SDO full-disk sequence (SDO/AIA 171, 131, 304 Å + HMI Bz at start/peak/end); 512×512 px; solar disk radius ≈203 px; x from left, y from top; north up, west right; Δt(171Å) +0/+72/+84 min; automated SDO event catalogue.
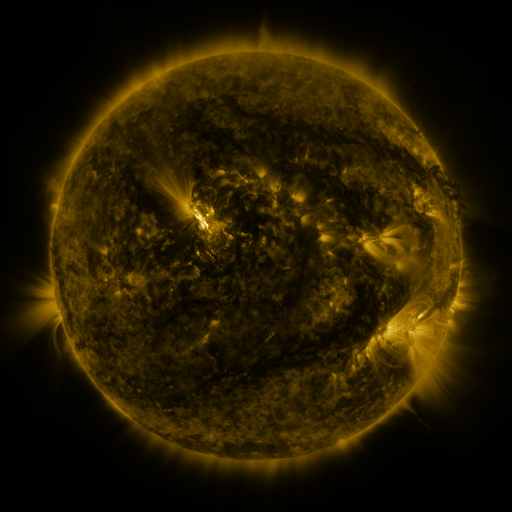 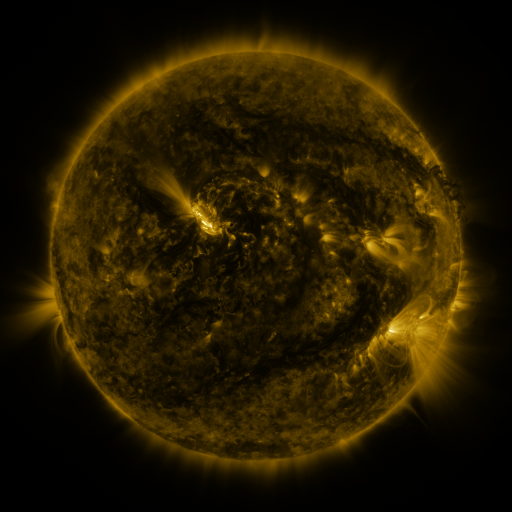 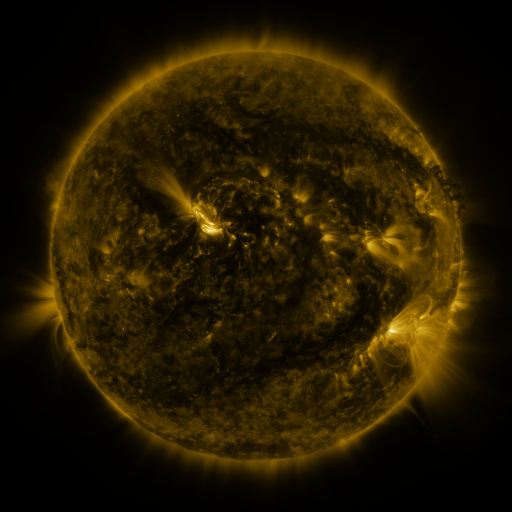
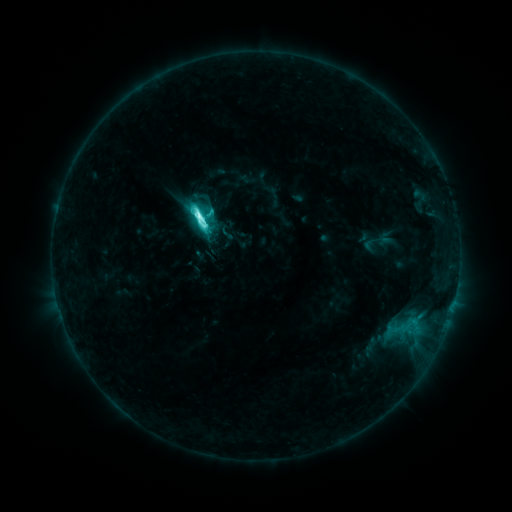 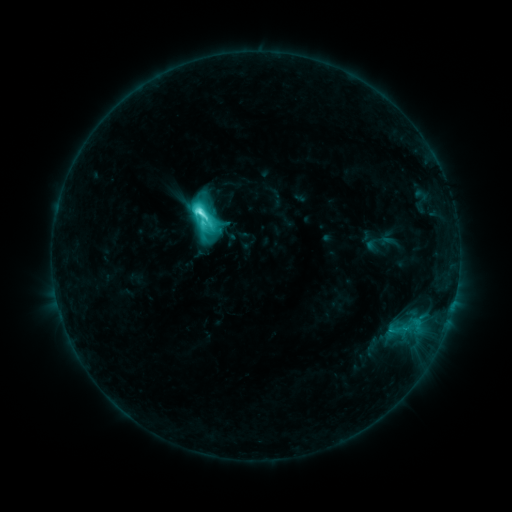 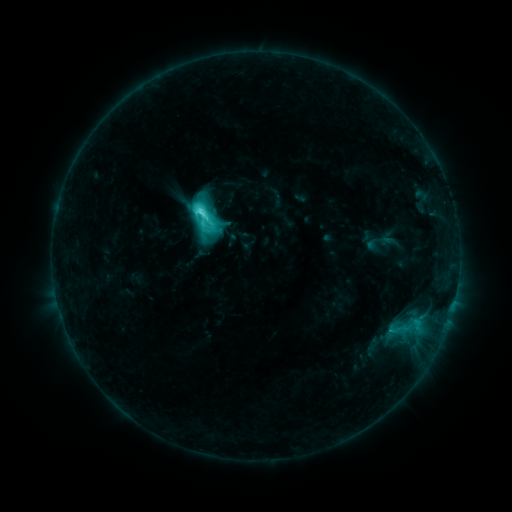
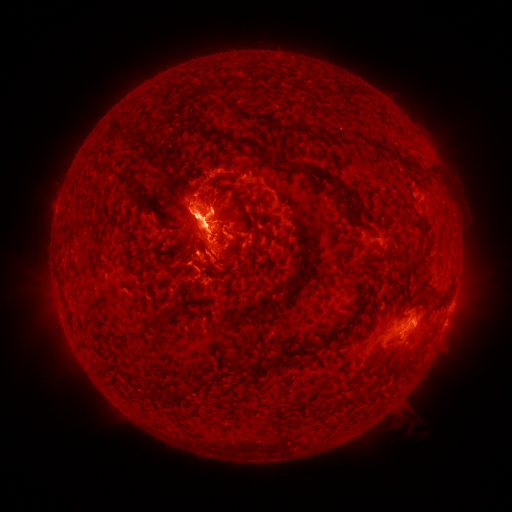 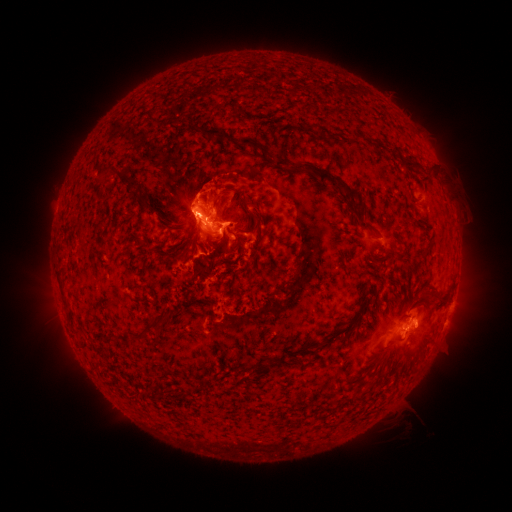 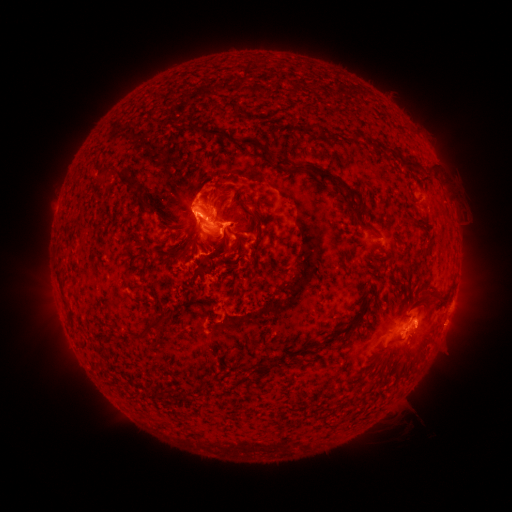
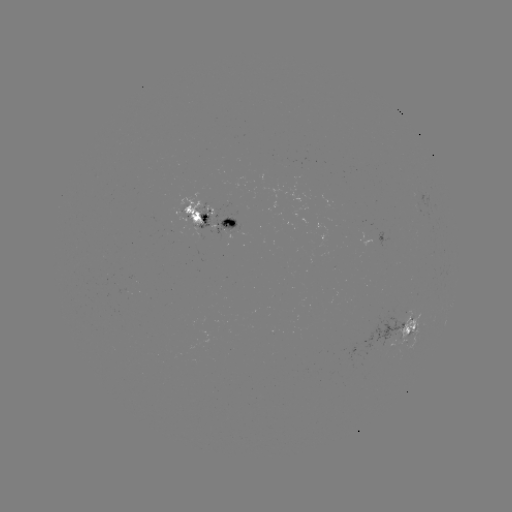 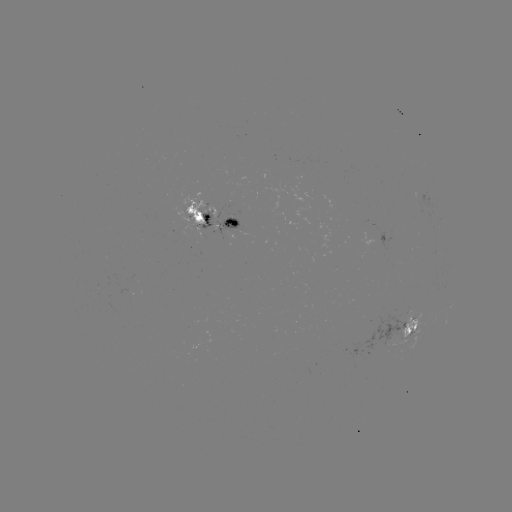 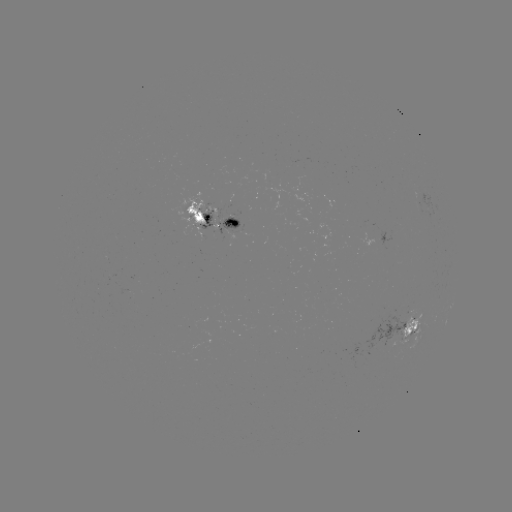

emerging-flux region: <bbox>180, 191, 203, 226</bbox>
